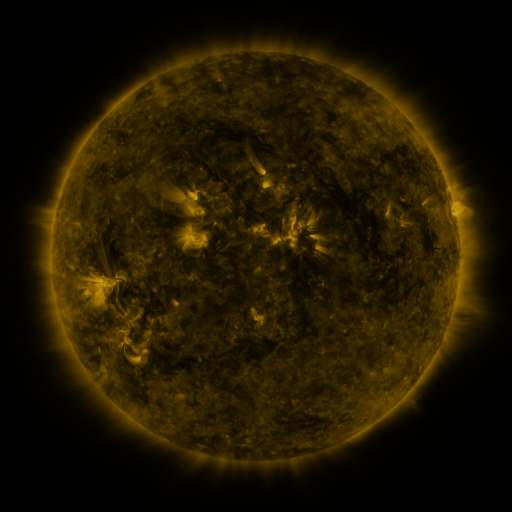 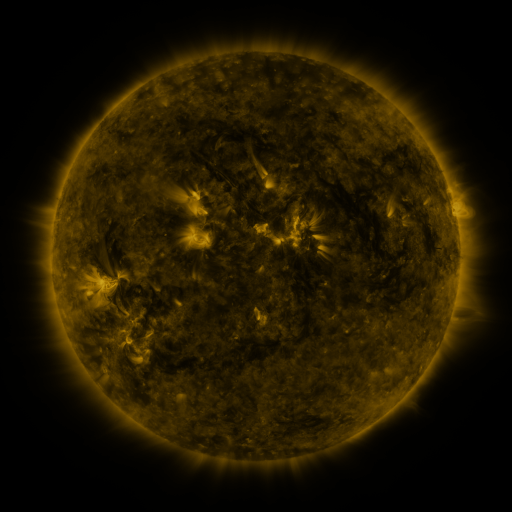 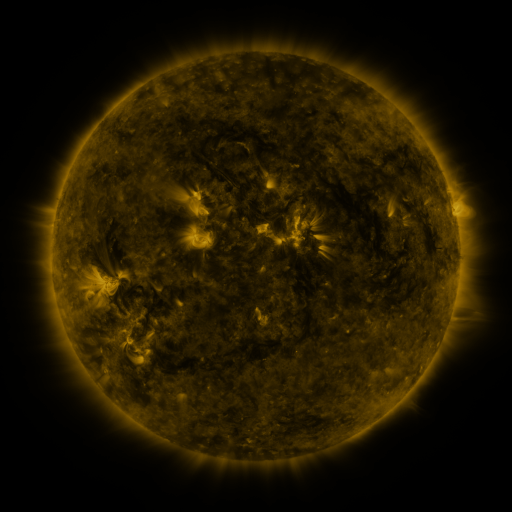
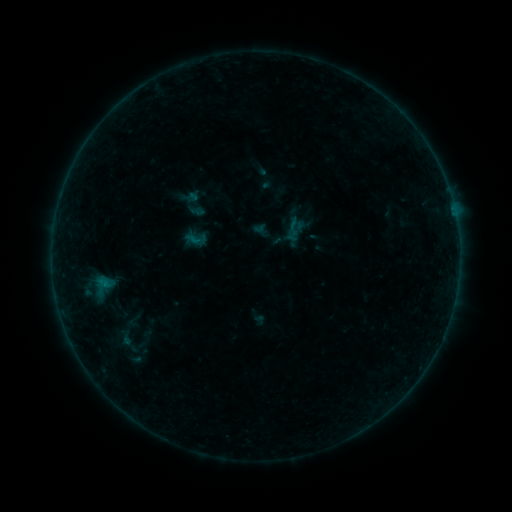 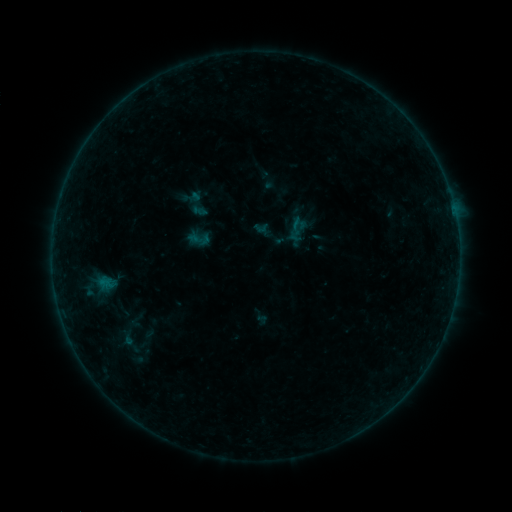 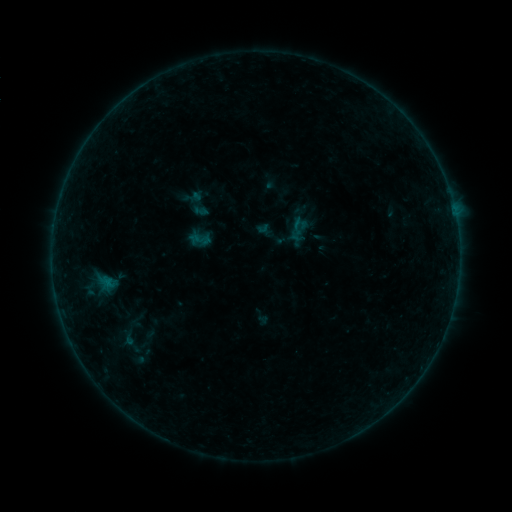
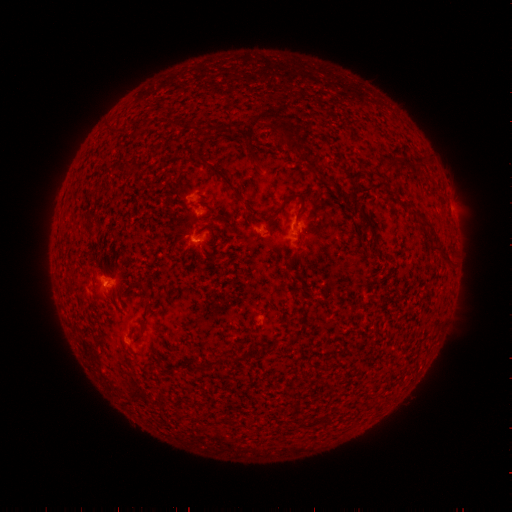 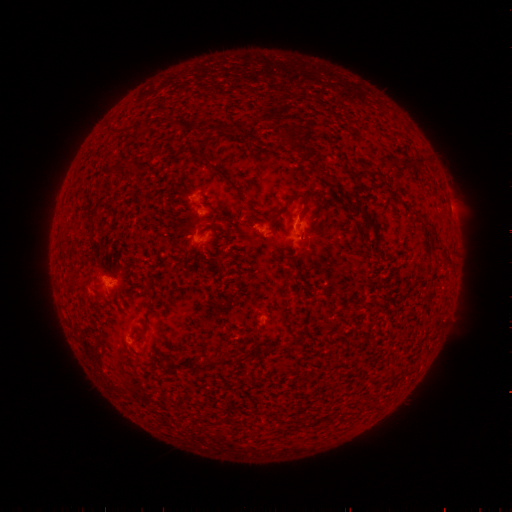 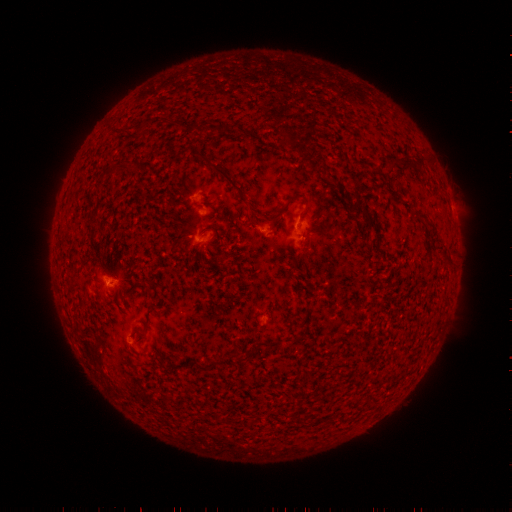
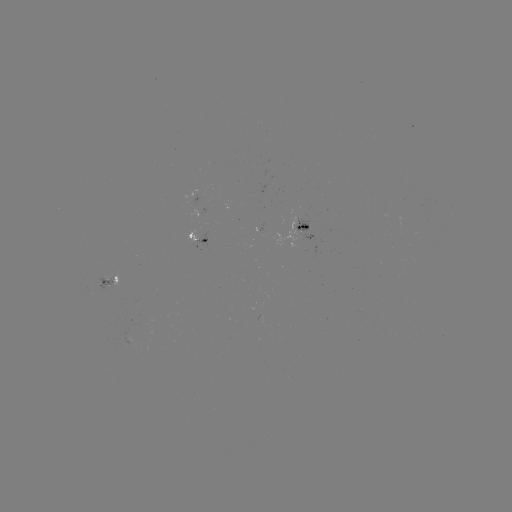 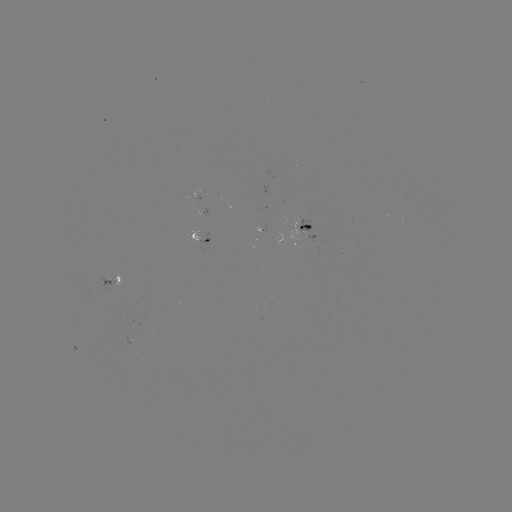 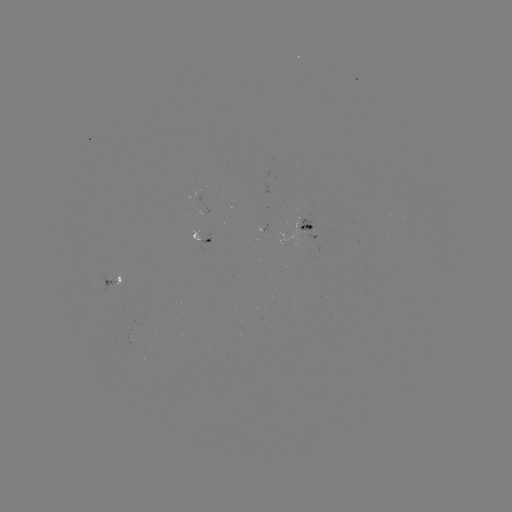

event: emerging-flux region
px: (131, 338)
